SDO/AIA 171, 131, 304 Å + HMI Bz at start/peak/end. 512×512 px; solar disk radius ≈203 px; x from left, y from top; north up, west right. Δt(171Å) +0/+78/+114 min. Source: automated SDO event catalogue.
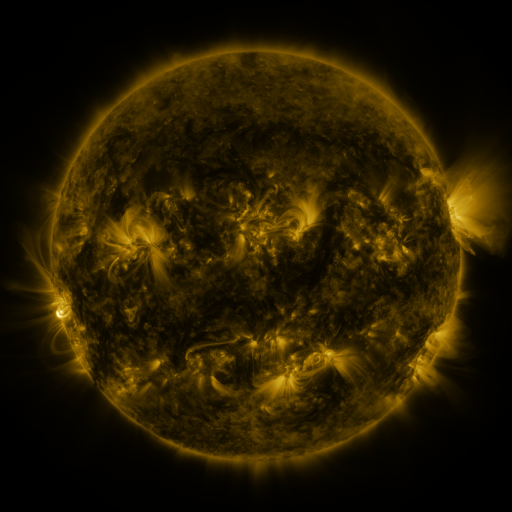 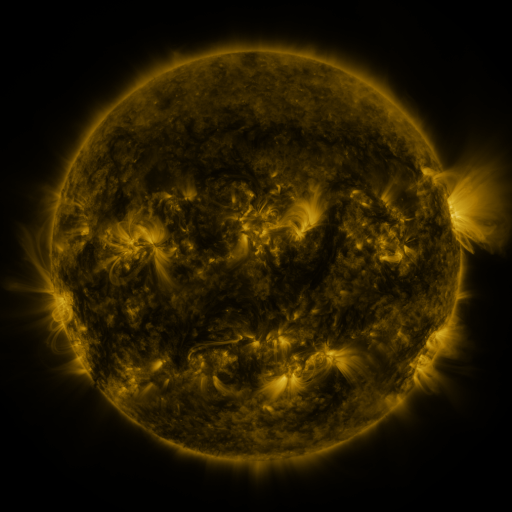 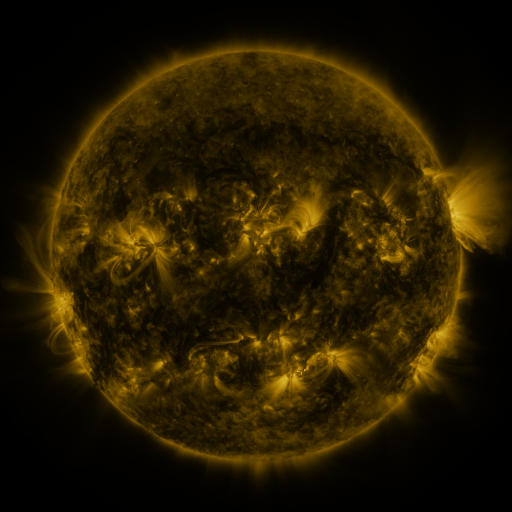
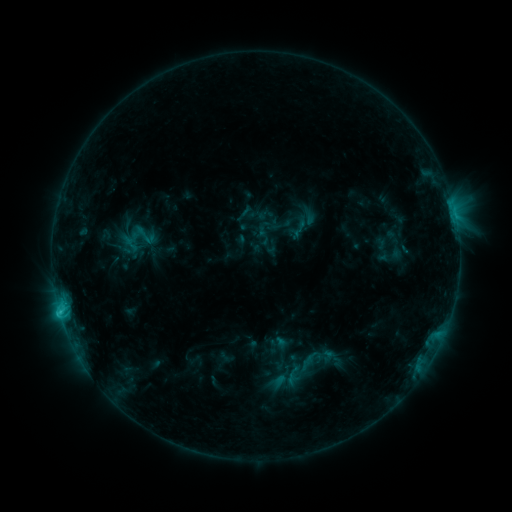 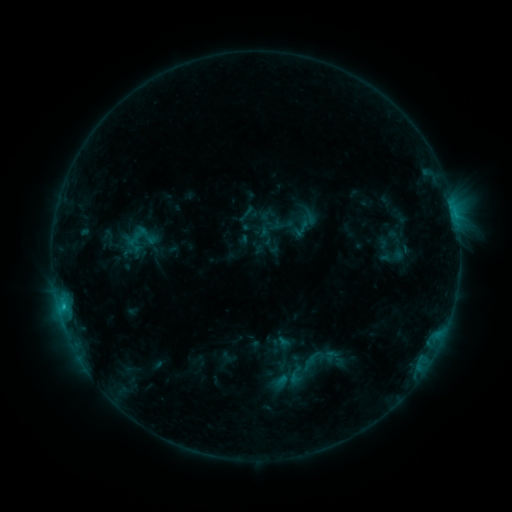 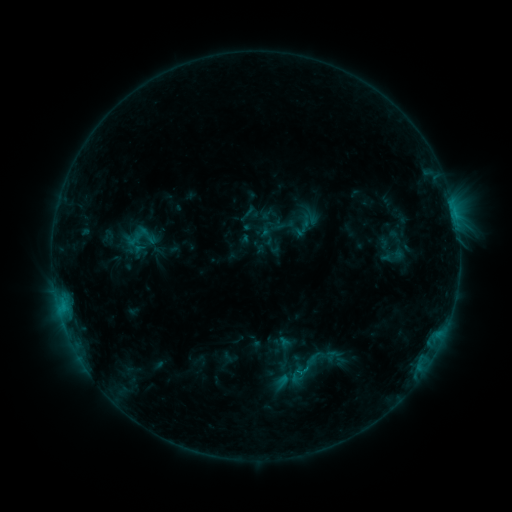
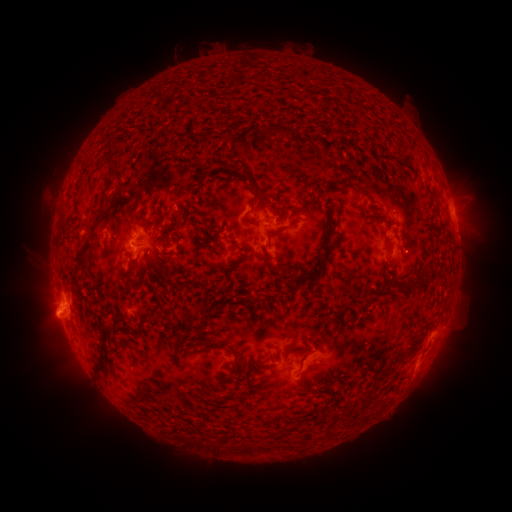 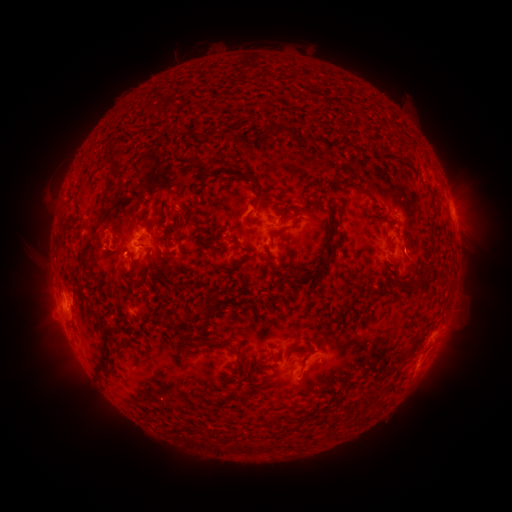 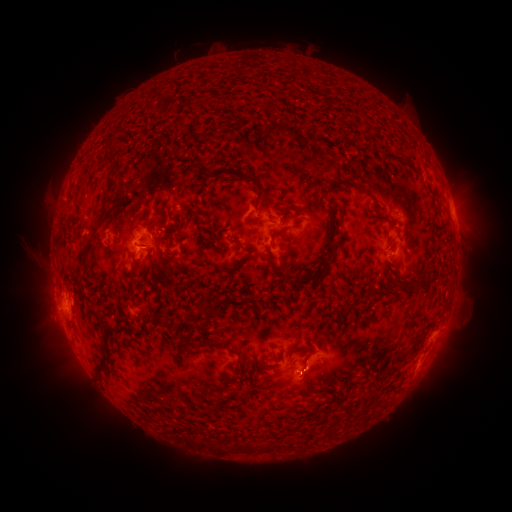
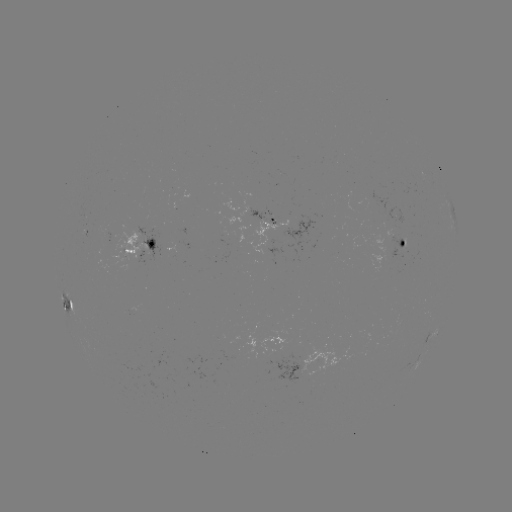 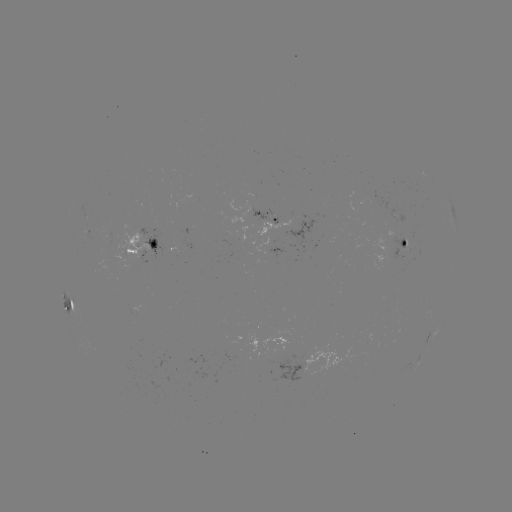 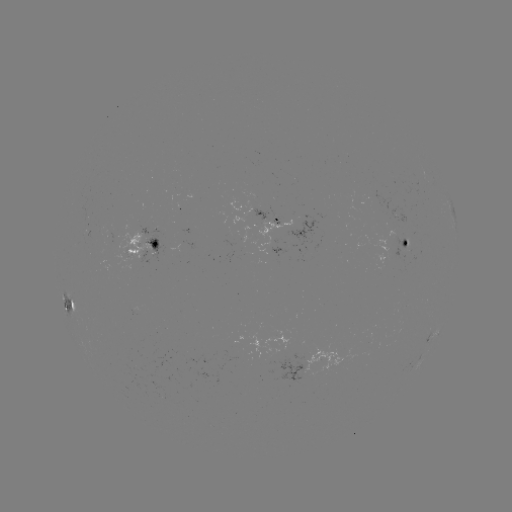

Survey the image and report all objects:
emerging-flux region: (413, 248)
